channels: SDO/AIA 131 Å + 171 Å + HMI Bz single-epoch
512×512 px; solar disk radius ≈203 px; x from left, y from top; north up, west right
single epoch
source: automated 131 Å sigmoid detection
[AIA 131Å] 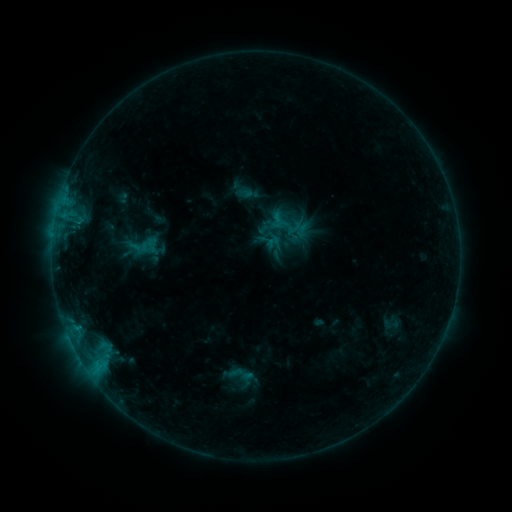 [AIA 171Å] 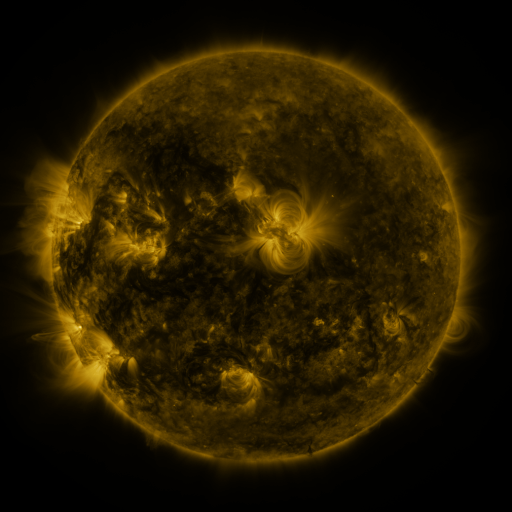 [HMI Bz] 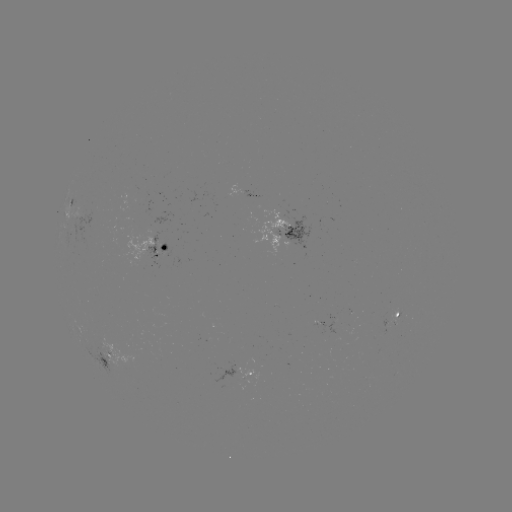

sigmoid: (271, 229, 291, 248)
